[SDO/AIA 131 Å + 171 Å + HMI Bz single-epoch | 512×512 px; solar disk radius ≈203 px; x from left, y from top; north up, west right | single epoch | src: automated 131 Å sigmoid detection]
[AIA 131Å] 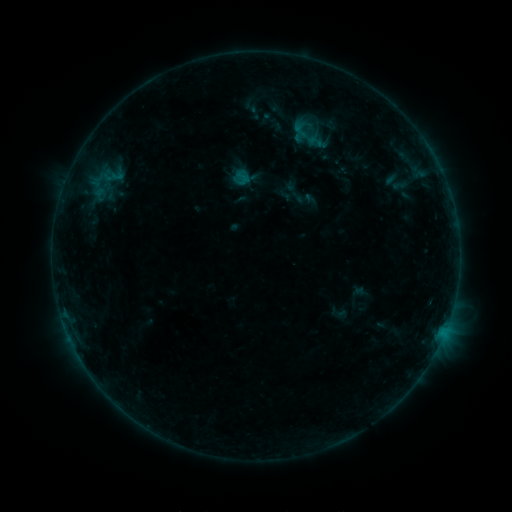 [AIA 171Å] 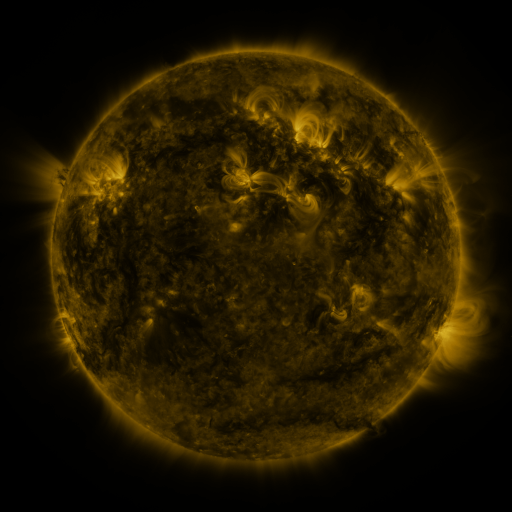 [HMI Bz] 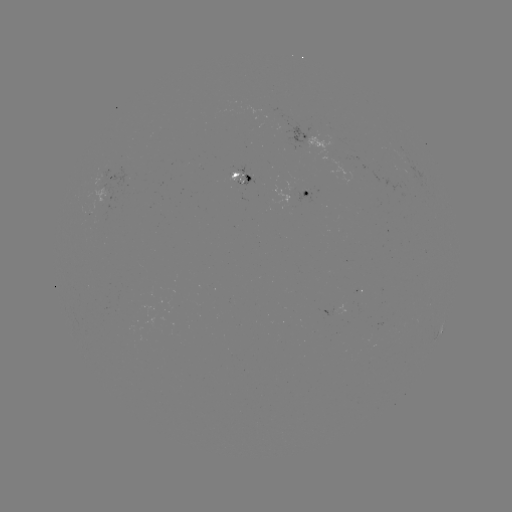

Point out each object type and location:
sigmoid: [296, 128, 320, 147]
sigmoid: [230, 166, 252, 188]
